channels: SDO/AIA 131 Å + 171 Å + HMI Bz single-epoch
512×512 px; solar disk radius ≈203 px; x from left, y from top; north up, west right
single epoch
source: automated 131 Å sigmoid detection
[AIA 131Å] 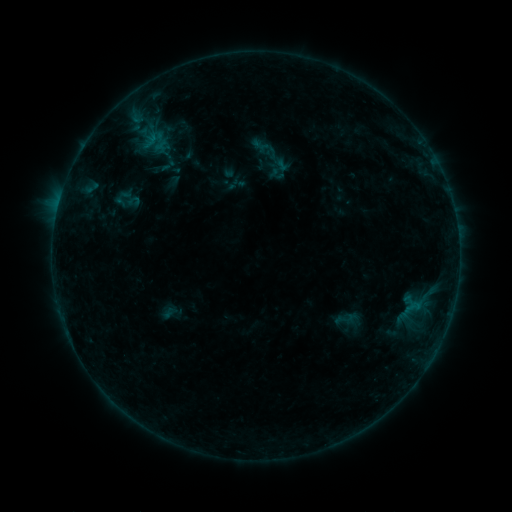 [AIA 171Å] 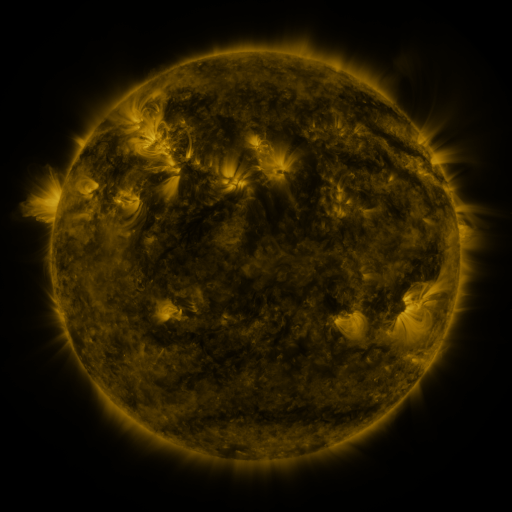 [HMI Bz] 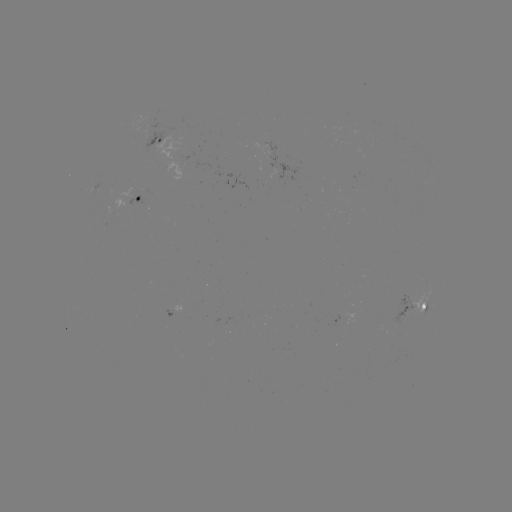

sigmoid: [336, 308, 356, 329]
